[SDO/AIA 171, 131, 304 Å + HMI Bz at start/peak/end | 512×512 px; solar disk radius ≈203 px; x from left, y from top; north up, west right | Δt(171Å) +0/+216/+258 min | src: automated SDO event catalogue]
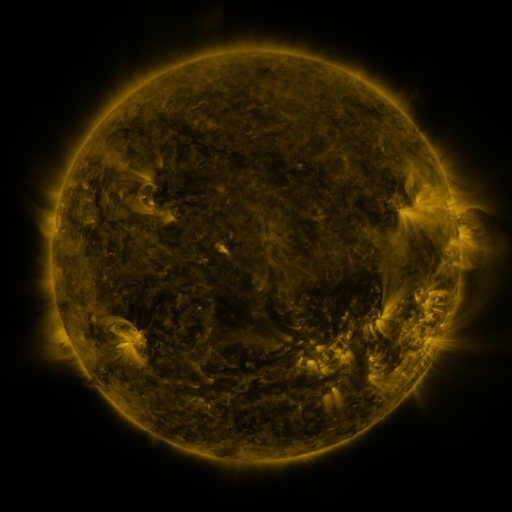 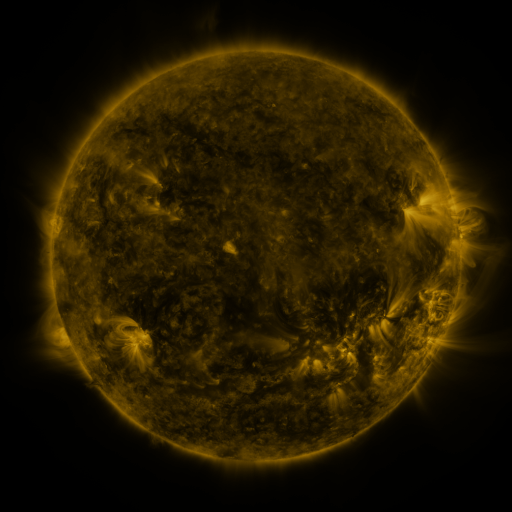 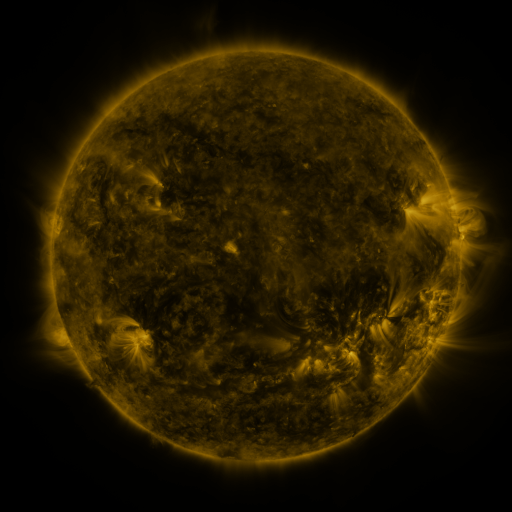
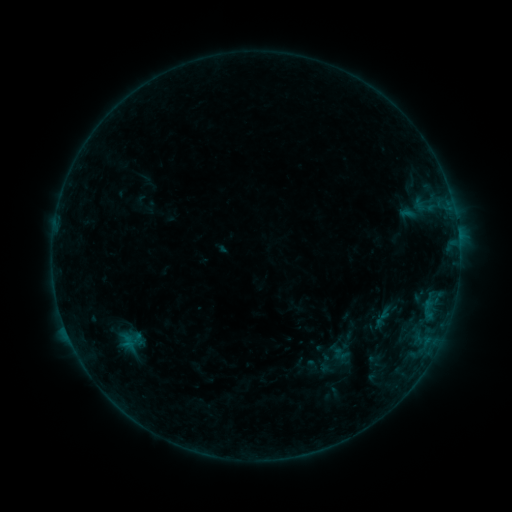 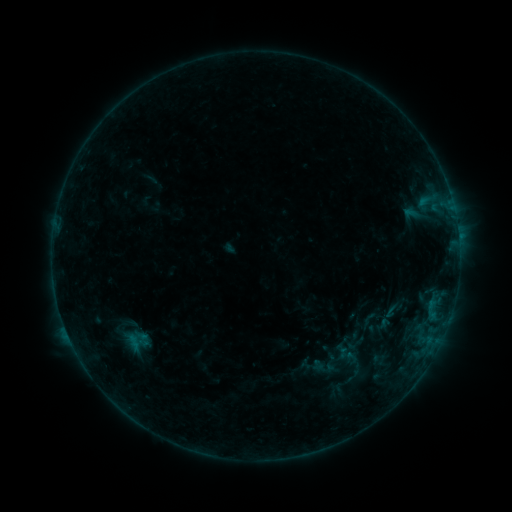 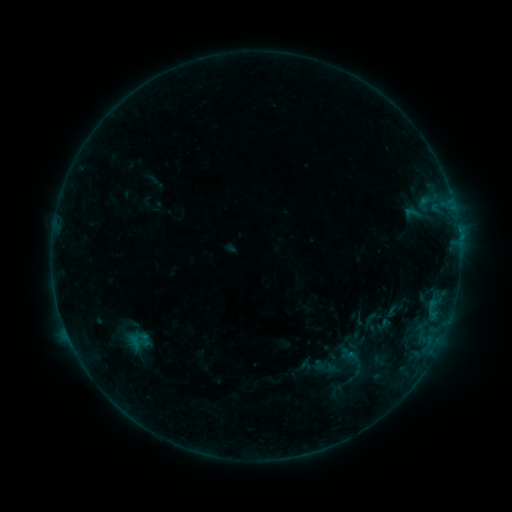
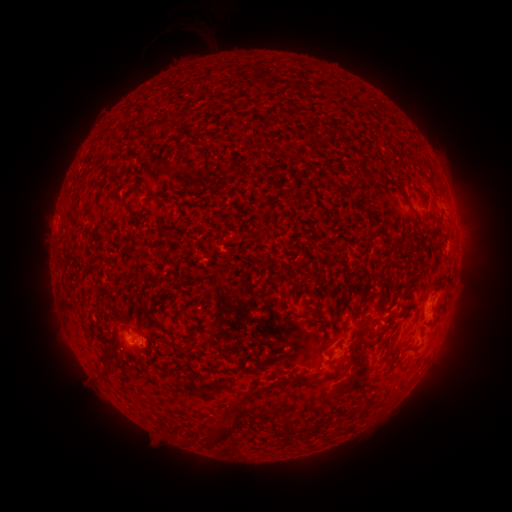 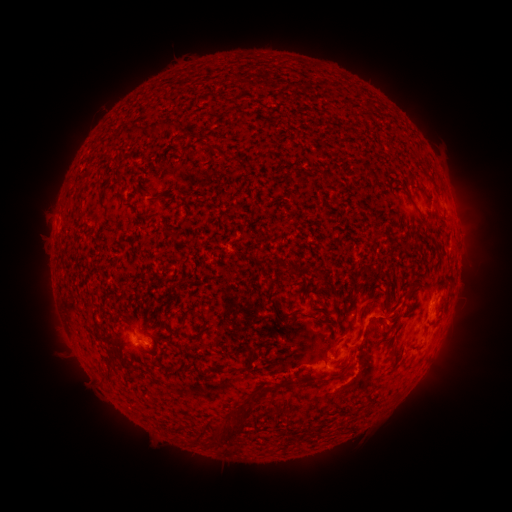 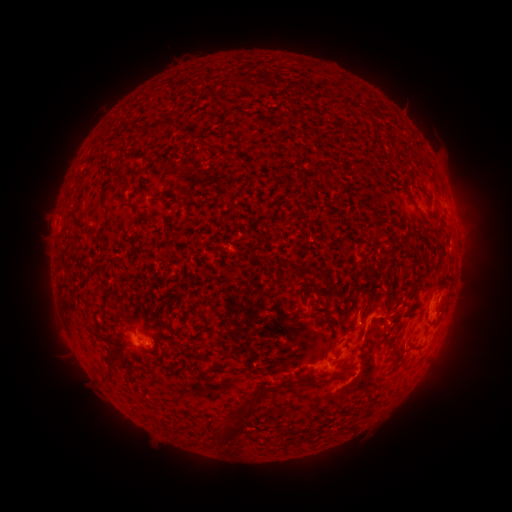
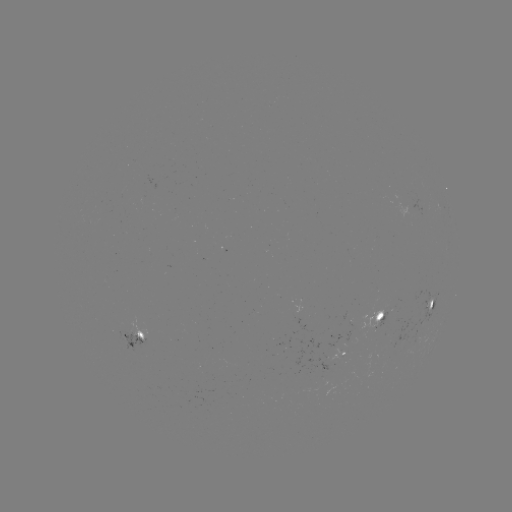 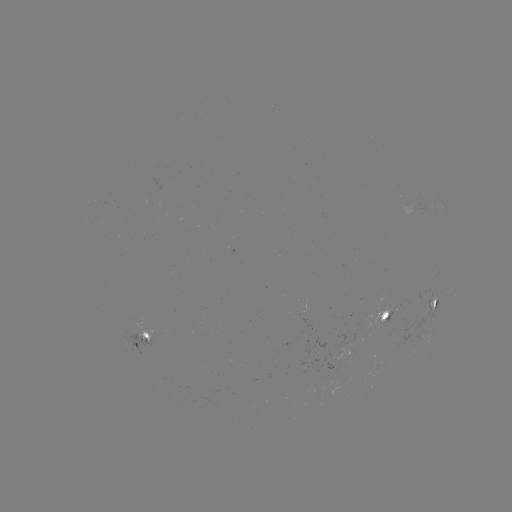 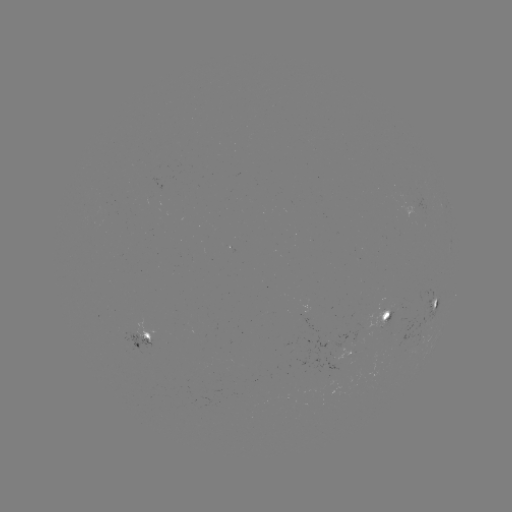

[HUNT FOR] B6.9 flare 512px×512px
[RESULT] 423,204